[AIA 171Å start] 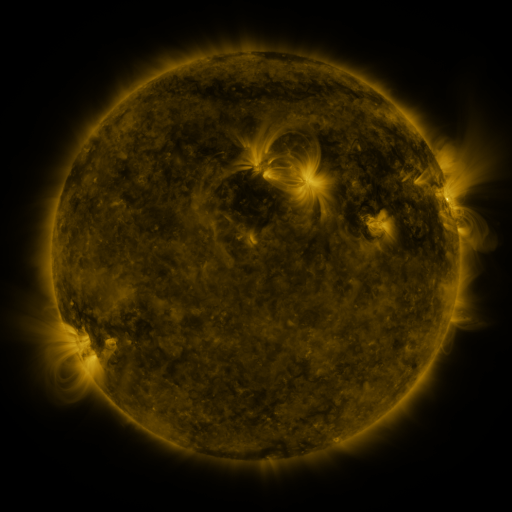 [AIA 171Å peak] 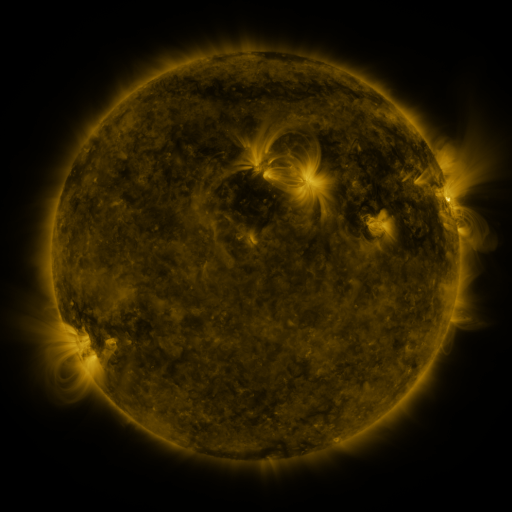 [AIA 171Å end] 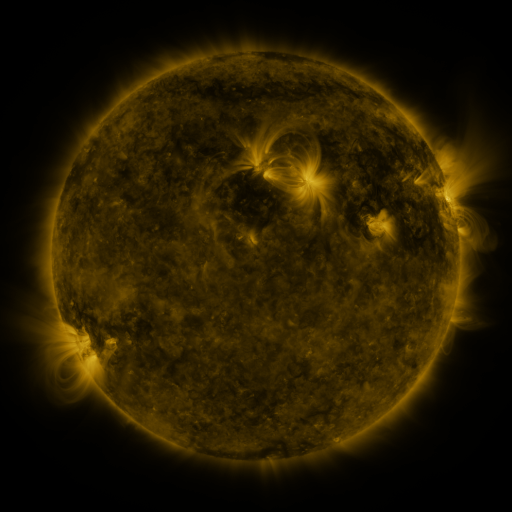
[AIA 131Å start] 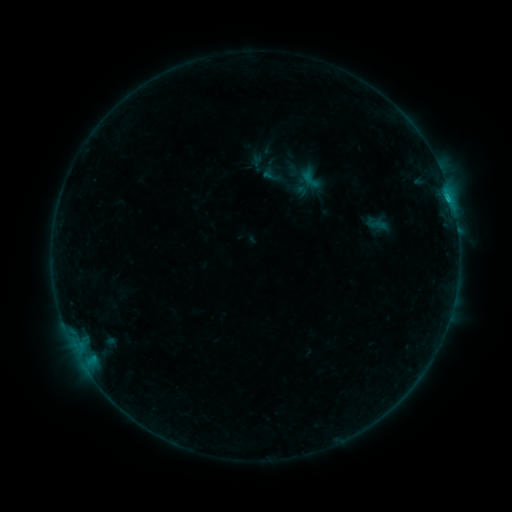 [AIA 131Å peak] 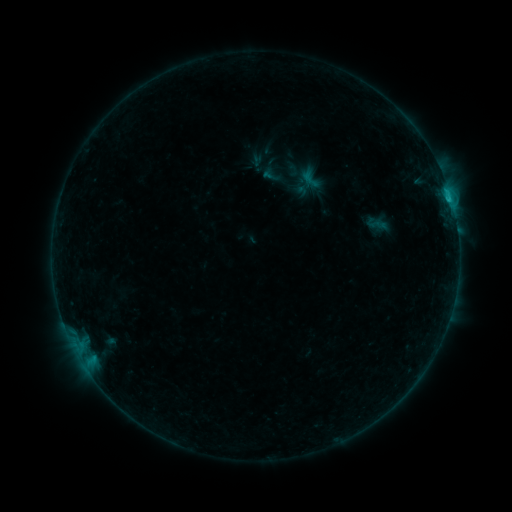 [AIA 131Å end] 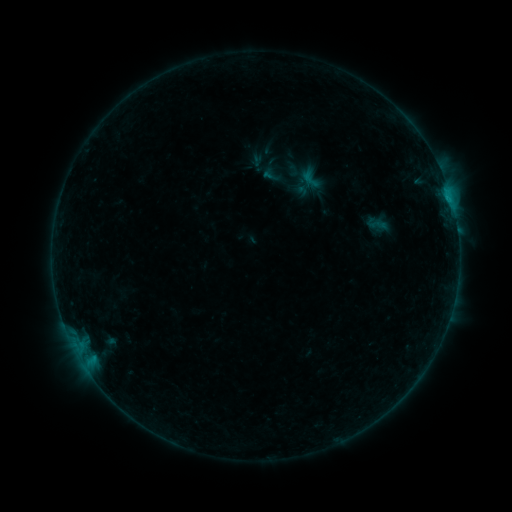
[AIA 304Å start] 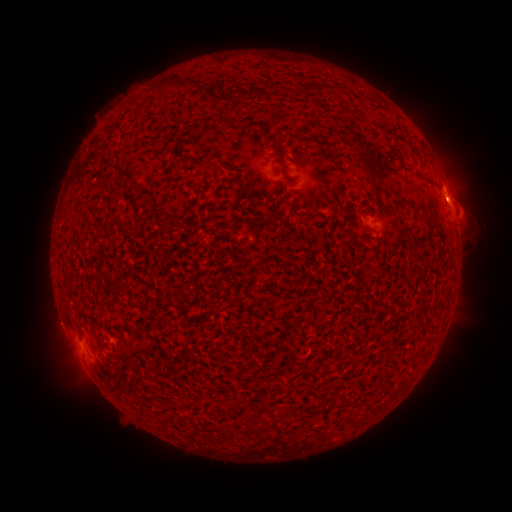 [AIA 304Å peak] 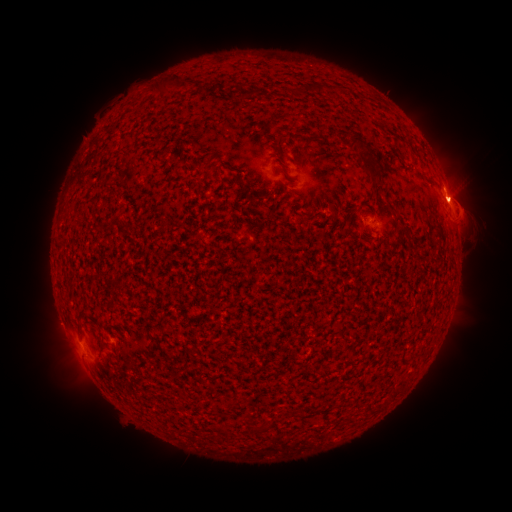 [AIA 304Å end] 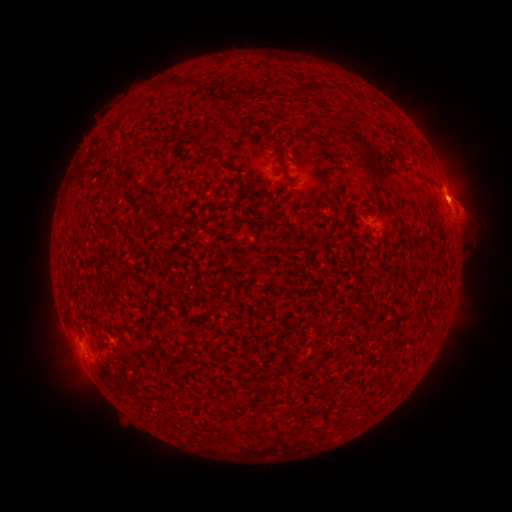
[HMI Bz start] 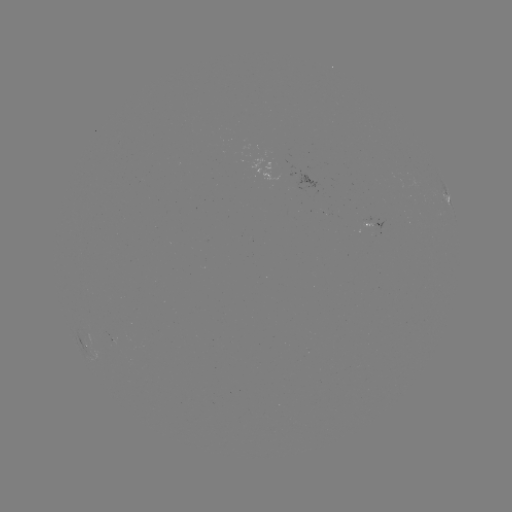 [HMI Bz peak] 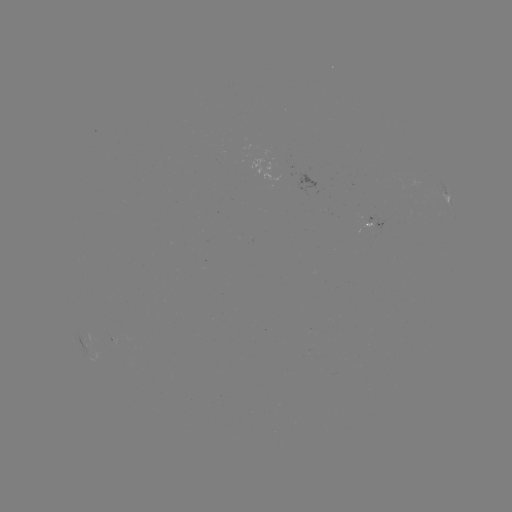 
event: eruption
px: (465, 193)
